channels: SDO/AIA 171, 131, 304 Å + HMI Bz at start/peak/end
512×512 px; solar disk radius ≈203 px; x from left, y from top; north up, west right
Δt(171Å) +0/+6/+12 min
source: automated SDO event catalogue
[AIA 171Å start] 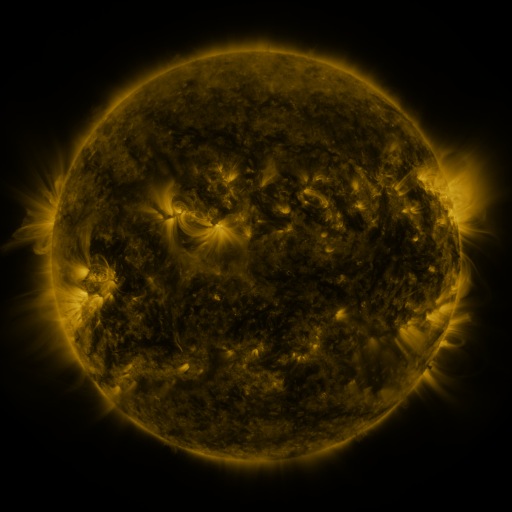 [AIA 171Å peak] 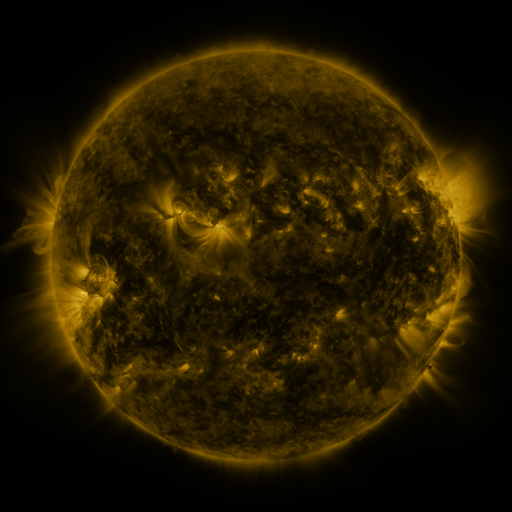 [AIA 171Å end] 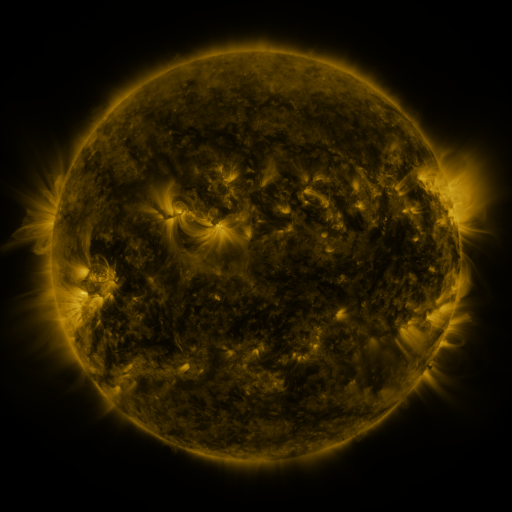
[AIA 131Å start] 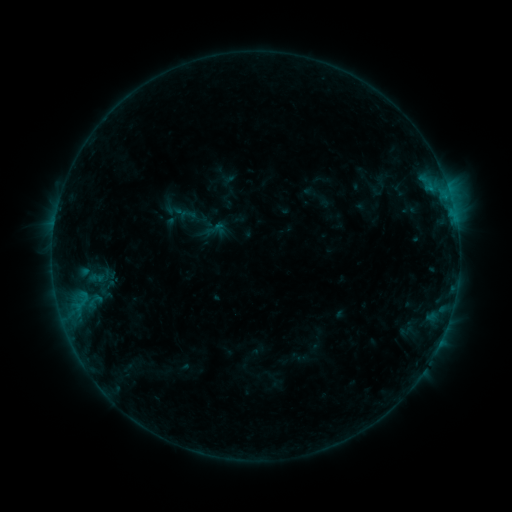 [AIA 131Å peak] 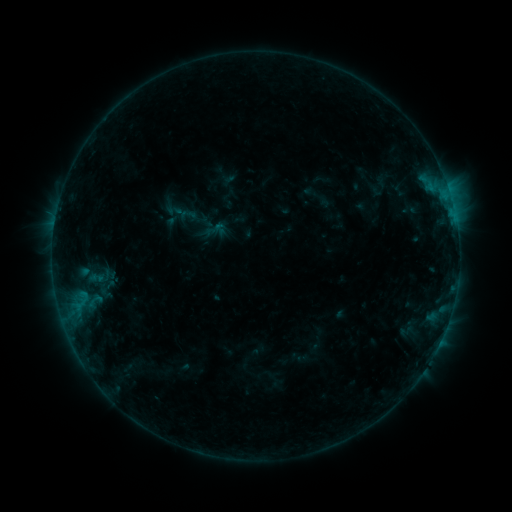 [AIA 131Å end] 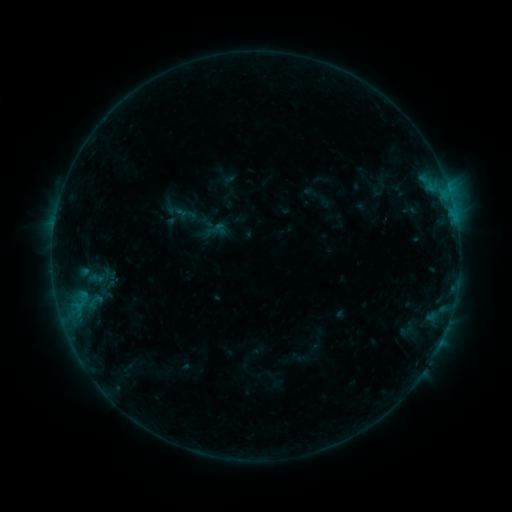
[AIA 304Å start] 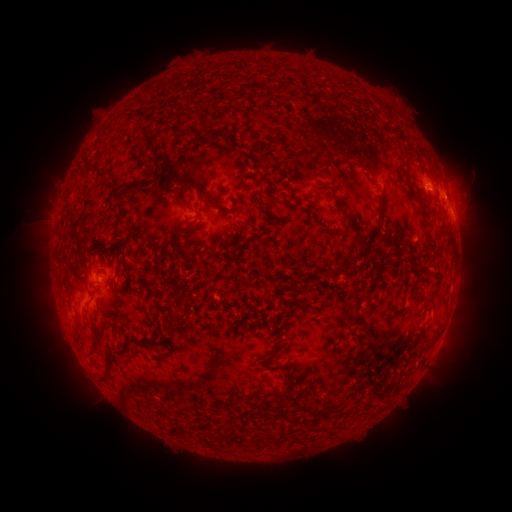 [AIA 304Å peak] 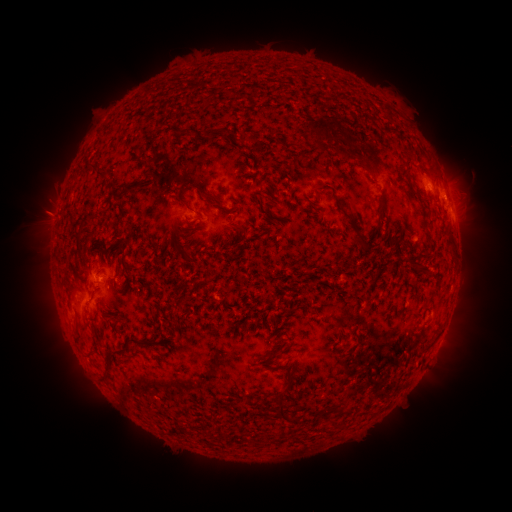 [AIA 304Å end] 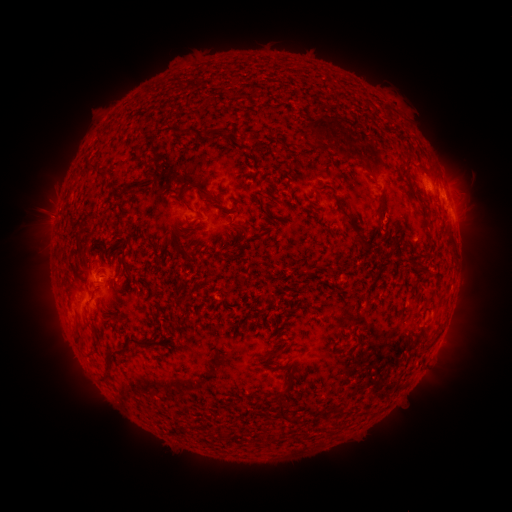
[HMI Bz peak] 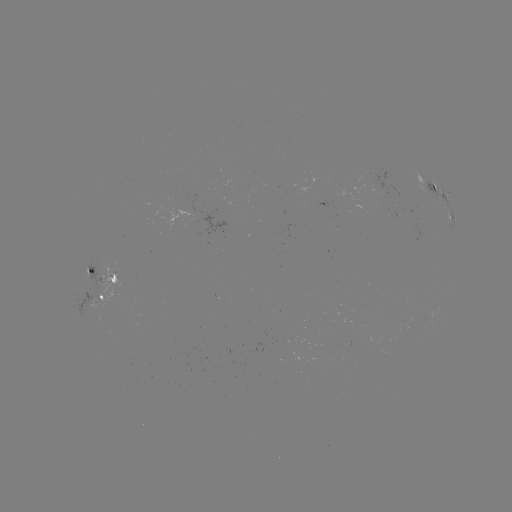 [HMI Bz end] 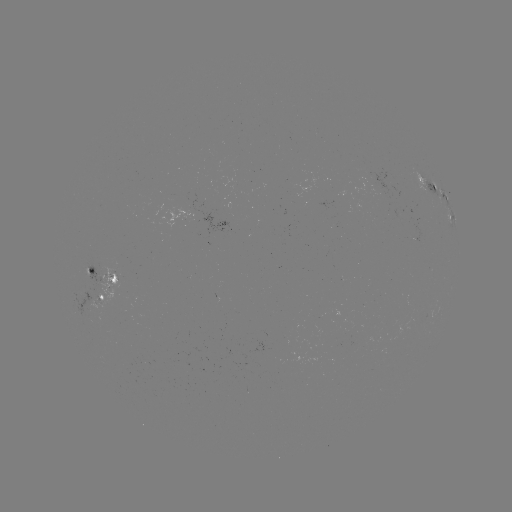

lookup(eruption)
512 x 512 [50, 216]